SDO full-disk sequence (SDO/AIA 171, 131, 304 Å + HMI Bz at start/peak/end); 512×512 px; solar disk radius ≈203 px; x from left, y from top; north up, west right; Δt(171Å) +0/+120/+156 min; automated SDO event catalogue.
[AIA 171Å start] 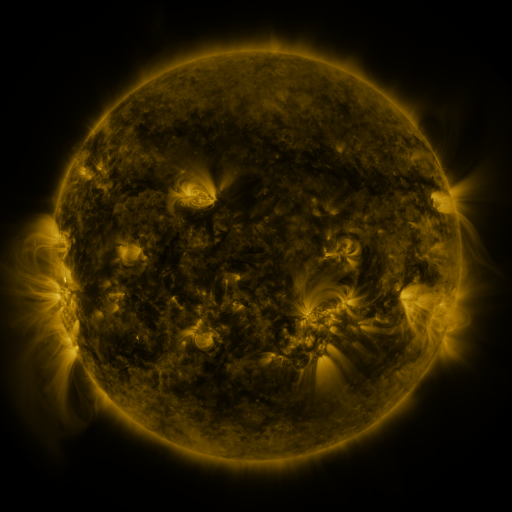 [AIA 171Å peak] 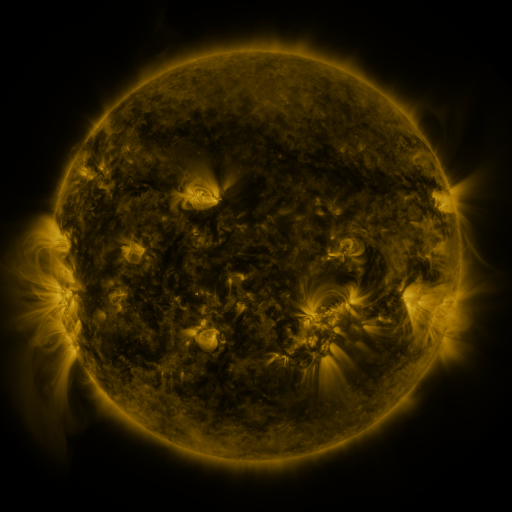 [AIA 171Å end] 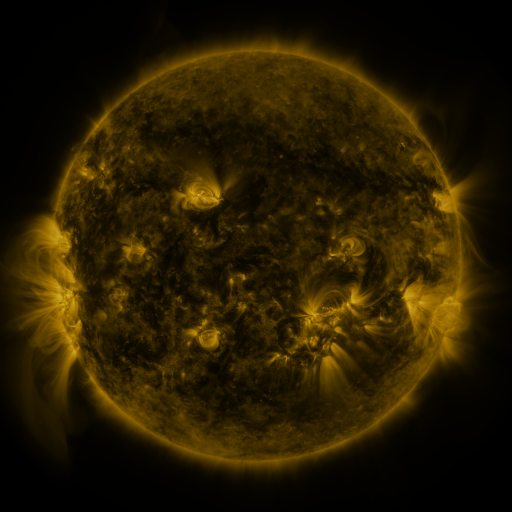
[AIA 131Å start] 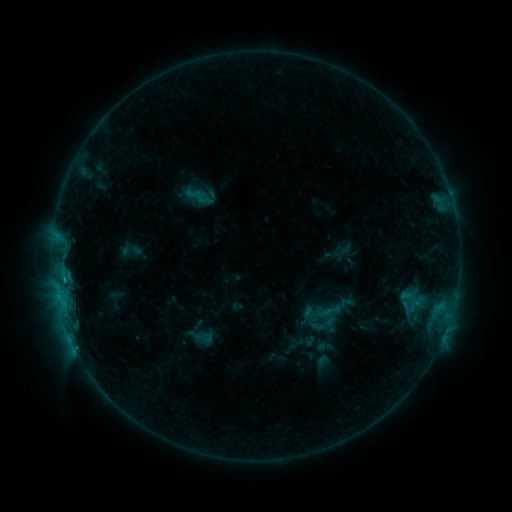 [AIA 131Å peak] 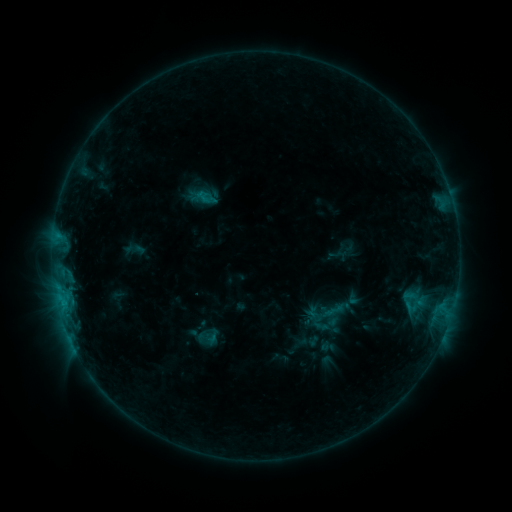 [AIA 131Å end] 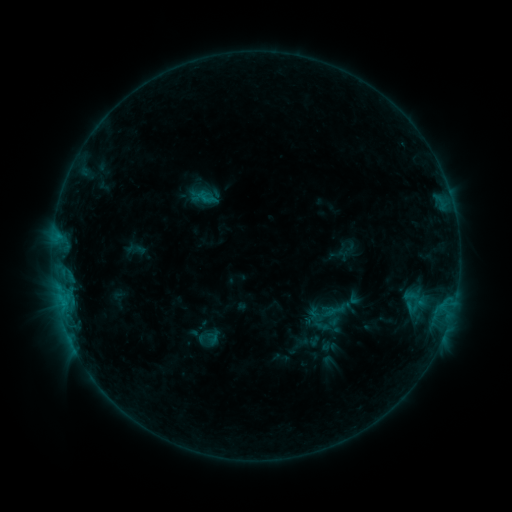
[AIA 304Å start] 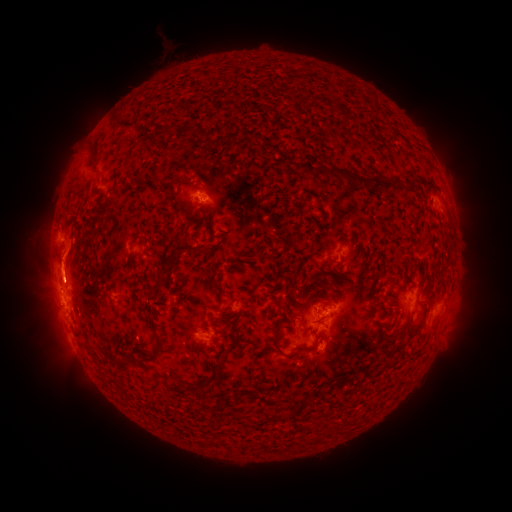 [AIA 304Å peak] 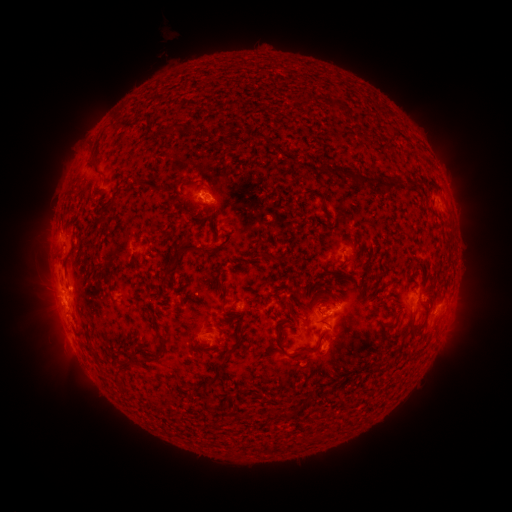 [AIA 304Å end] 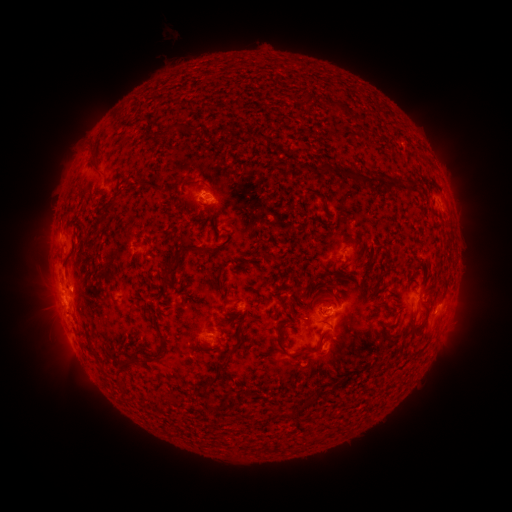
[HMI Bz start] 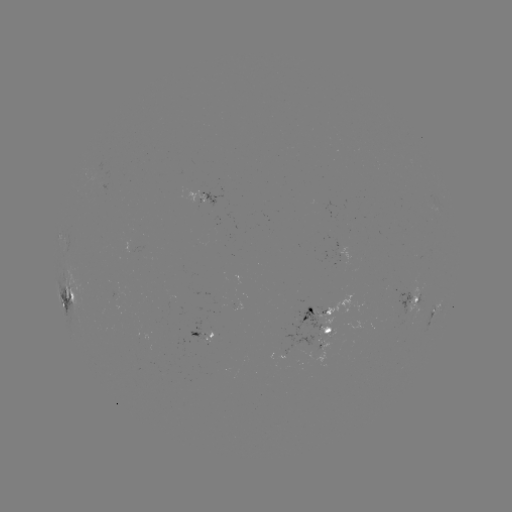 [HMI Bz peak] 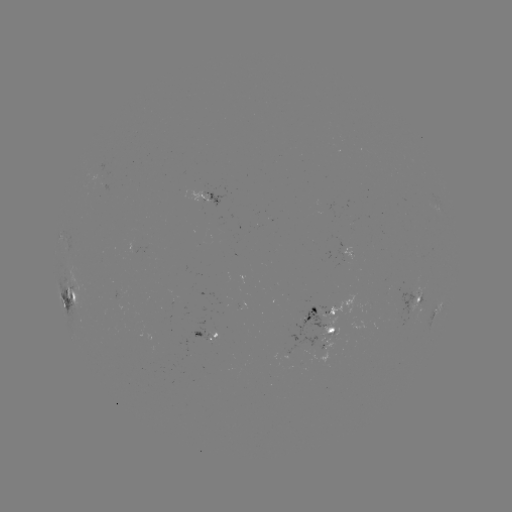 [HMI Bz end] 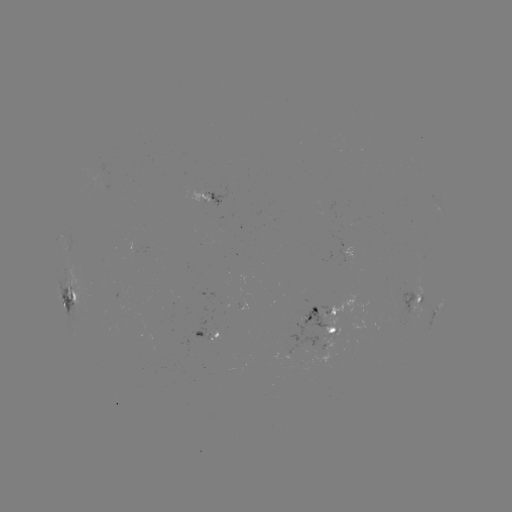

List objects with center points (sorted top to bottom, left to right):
emerging-flux region: (103, 183)
